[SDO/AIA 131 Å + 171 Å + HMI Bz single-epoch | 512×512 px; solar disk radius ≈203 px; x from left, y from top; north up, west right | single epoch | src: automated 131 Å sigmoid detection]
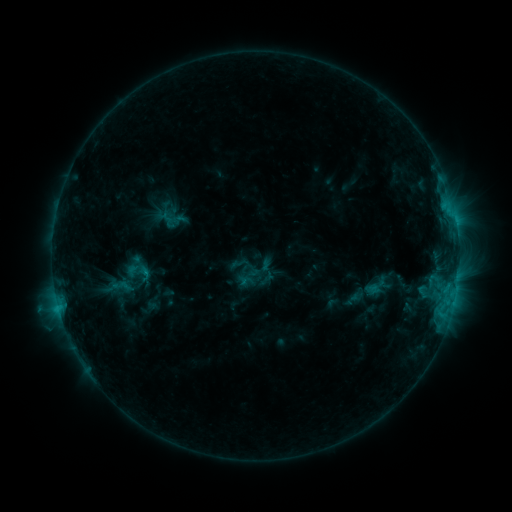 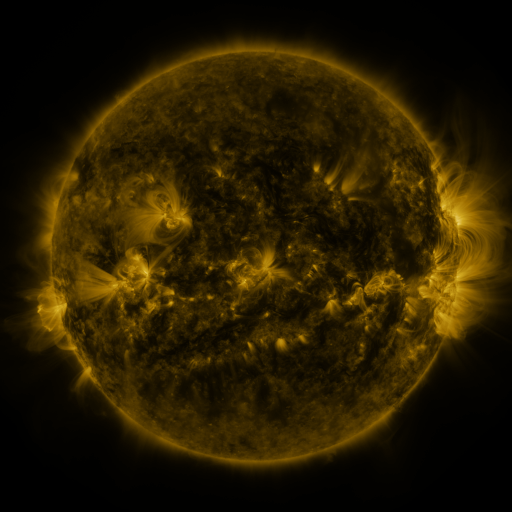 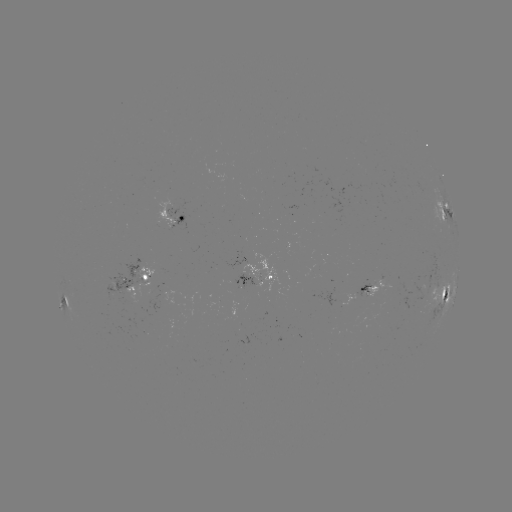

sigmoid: [124, 259, 154, 285]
